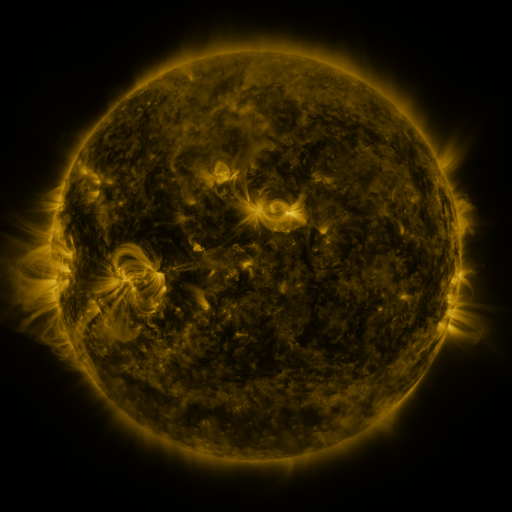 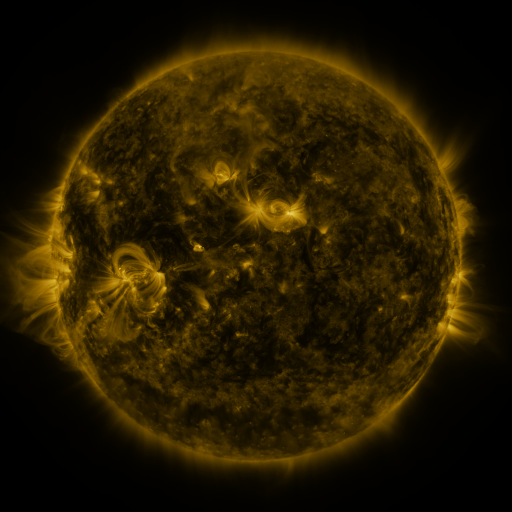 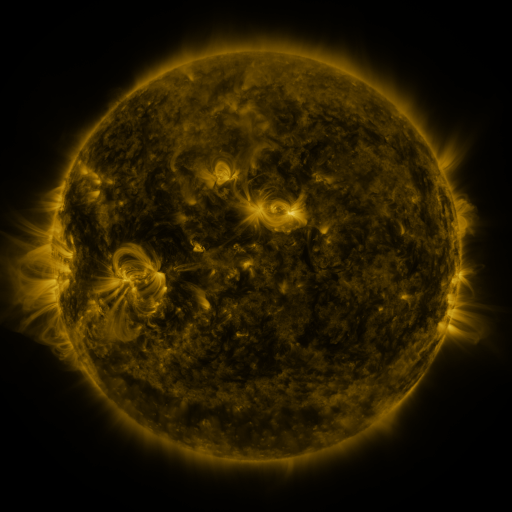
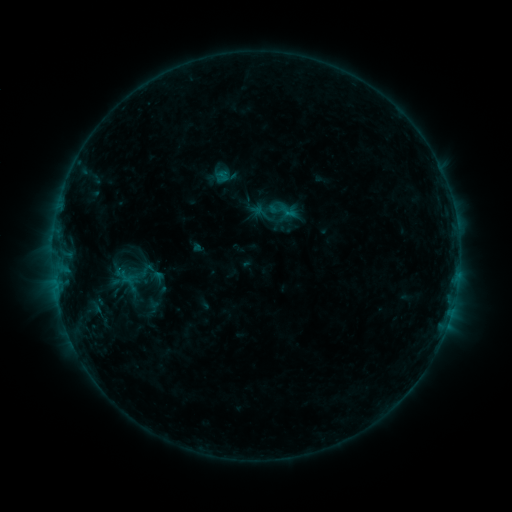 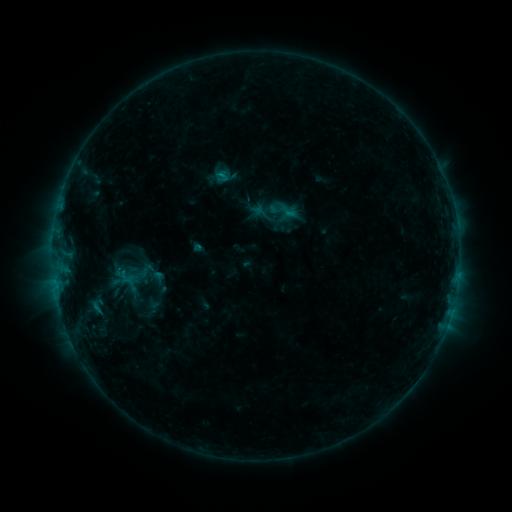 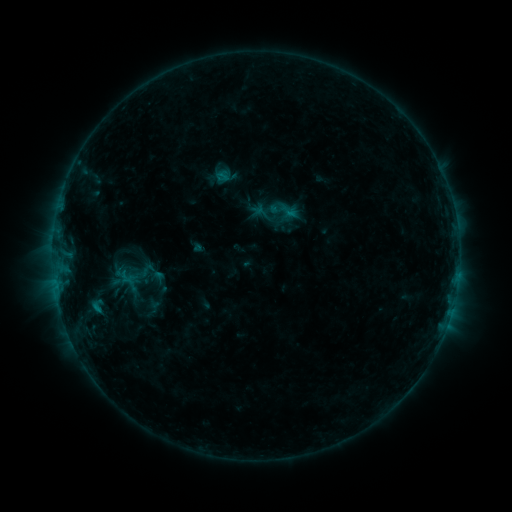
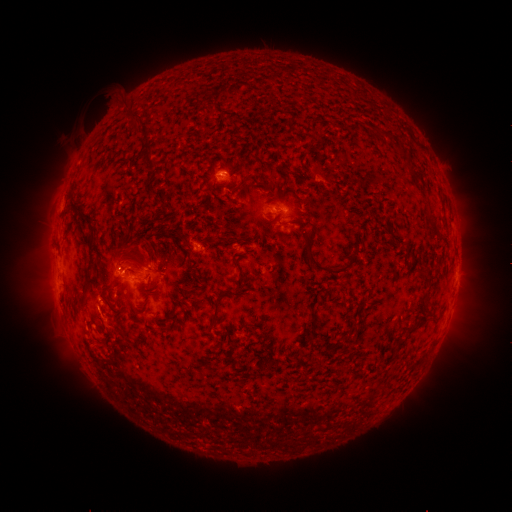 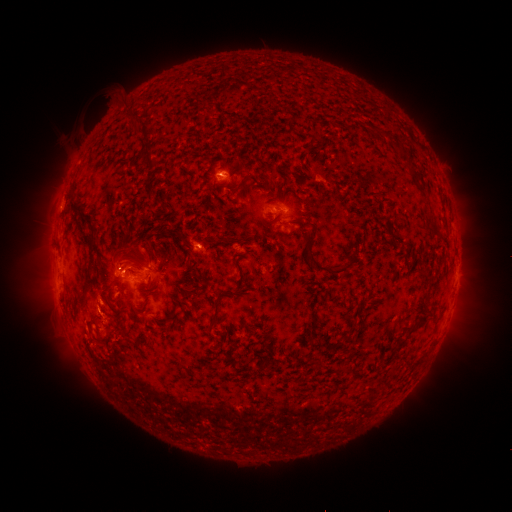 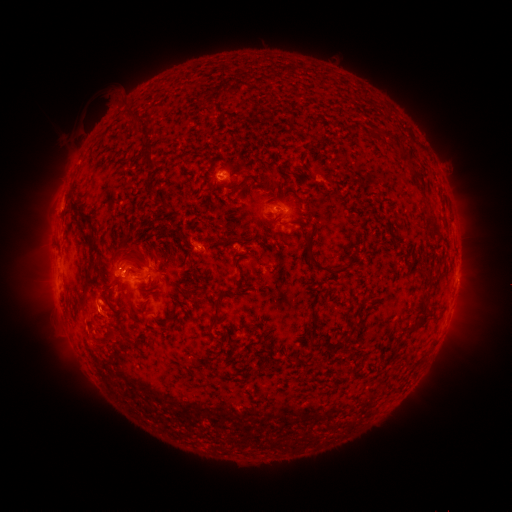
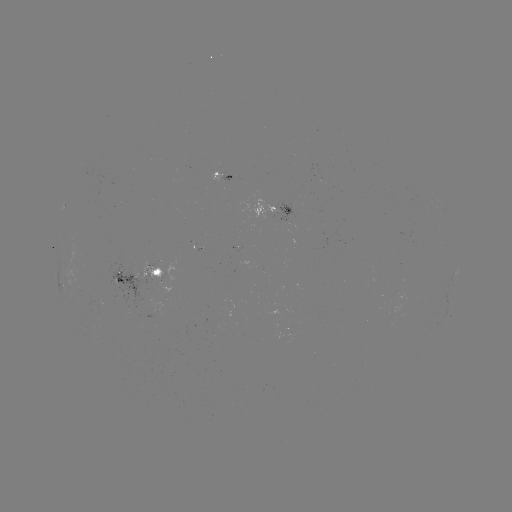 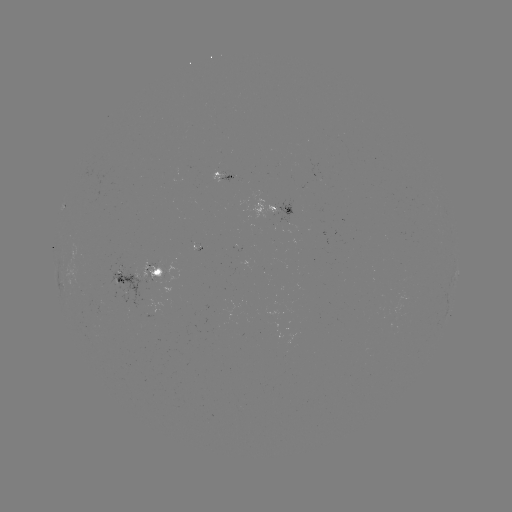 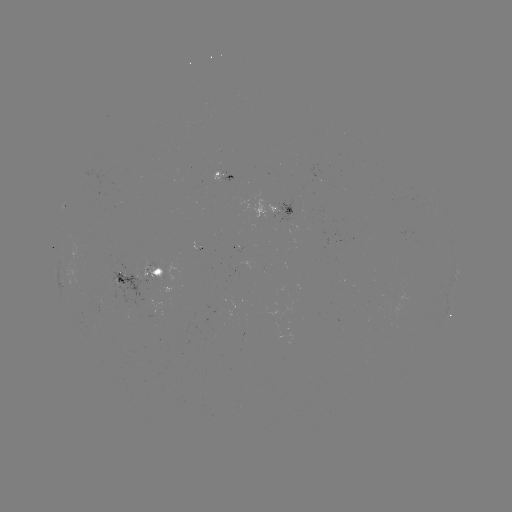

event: eruption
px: (105, 343)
